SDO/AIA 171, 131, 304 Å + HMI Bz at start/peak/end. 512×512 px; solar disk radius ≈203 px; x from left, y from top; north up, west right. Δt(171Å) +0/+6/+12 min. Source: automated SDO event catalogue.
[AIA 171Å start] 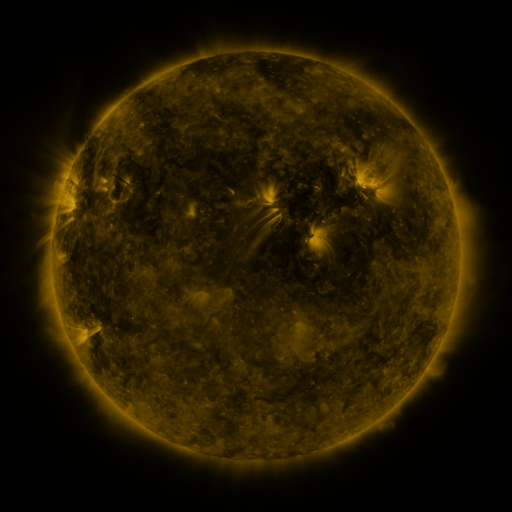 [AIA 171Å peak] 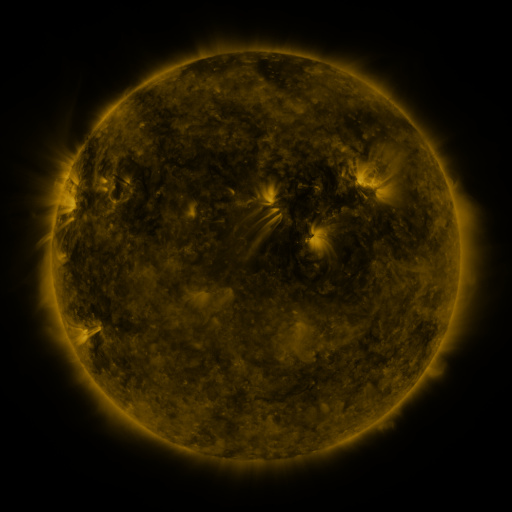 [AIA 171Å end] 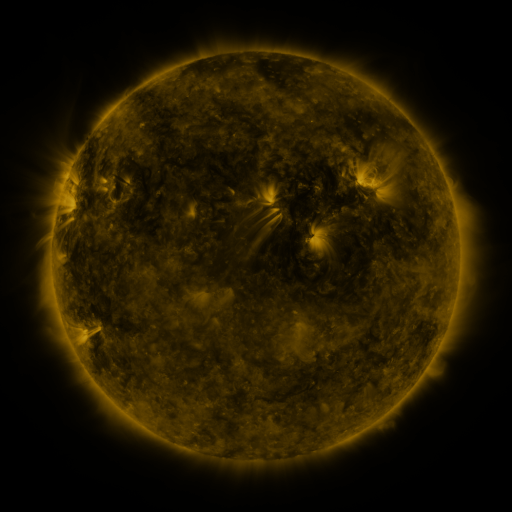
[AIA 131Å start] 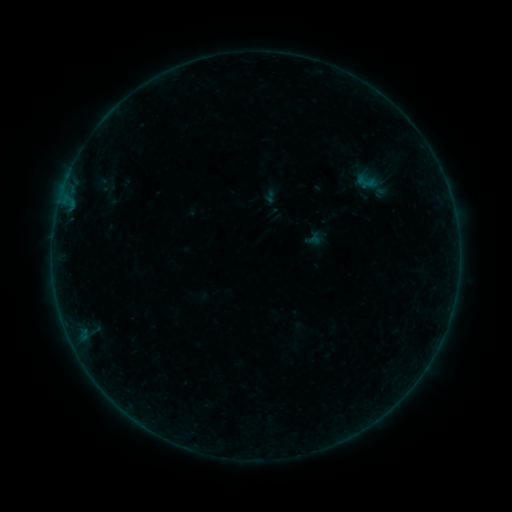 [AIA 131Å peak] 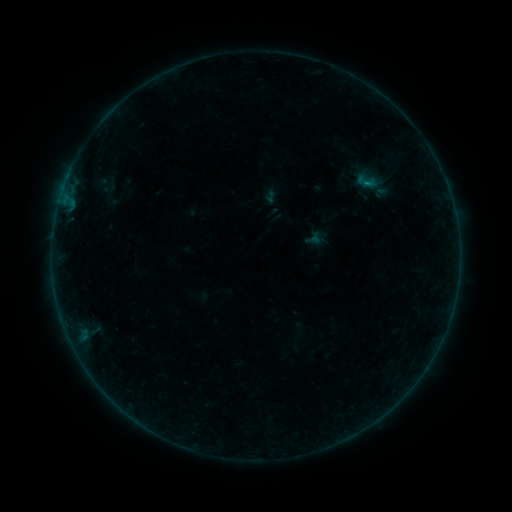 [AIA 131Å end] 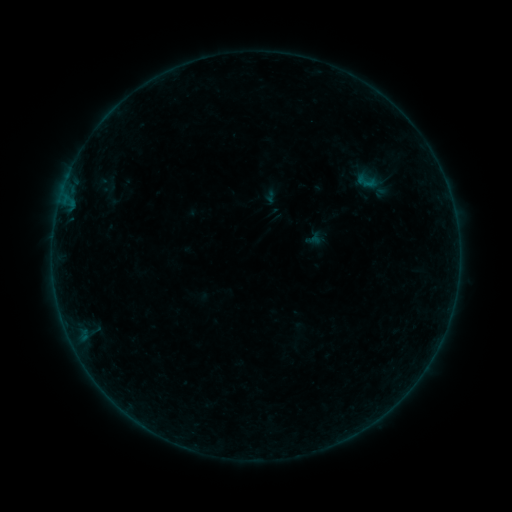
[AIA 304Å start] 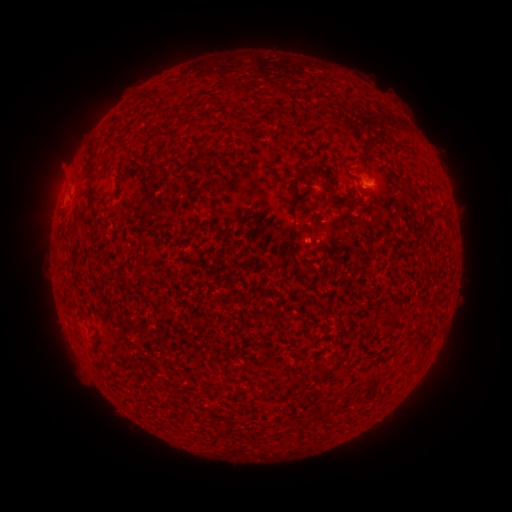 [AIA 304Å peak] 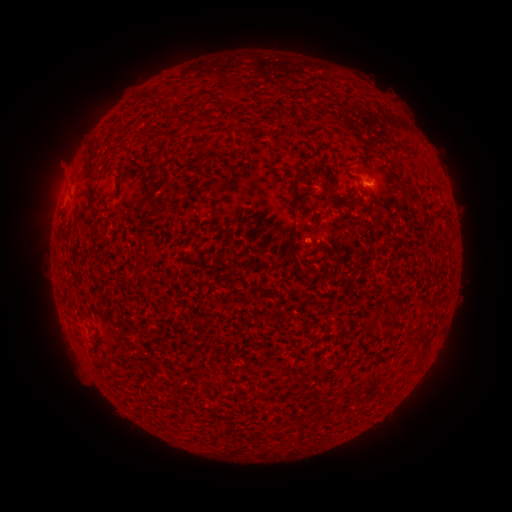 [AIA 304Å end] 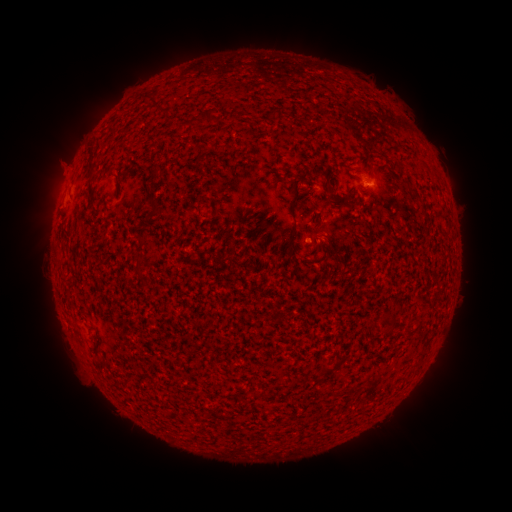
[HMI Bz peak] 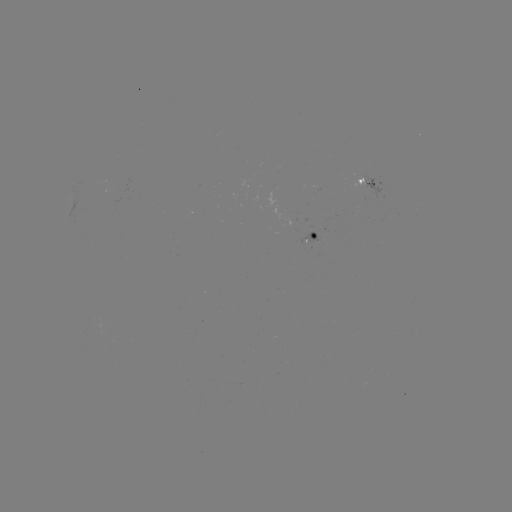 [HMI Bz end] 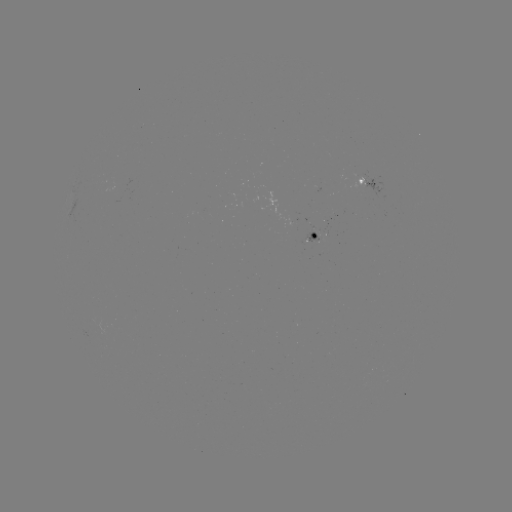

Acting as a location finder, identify B1.4 flare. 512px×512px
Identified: [366, 185].